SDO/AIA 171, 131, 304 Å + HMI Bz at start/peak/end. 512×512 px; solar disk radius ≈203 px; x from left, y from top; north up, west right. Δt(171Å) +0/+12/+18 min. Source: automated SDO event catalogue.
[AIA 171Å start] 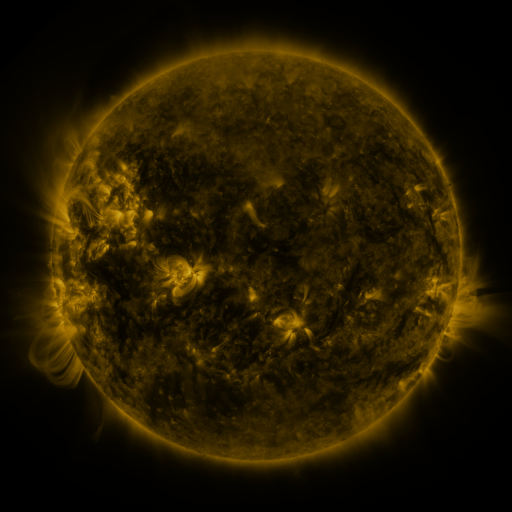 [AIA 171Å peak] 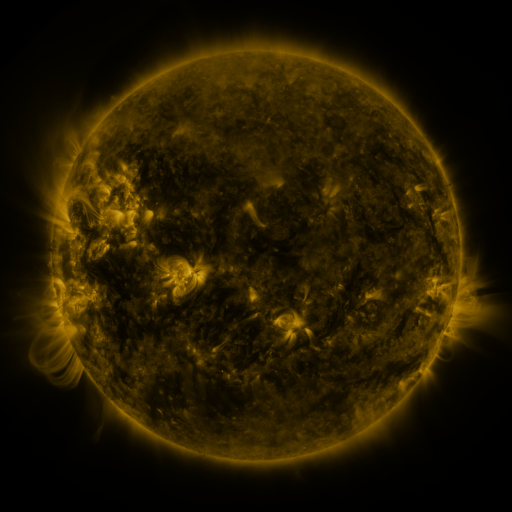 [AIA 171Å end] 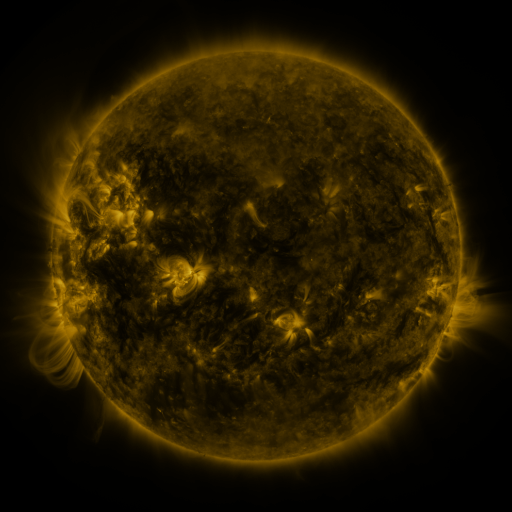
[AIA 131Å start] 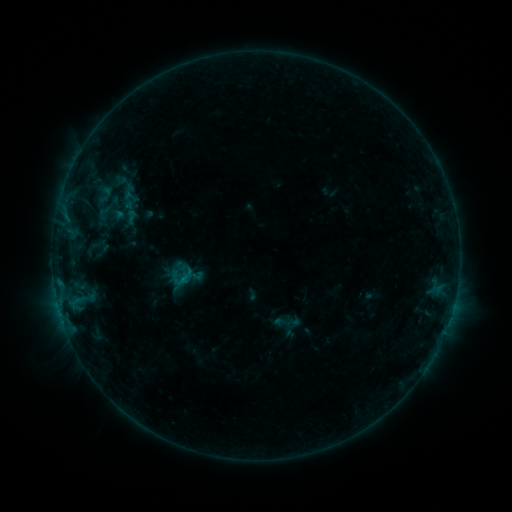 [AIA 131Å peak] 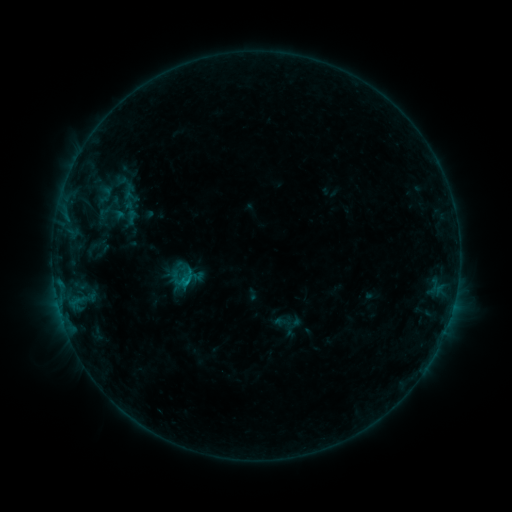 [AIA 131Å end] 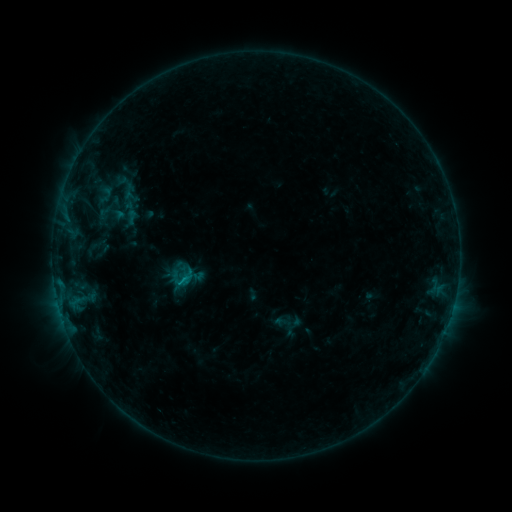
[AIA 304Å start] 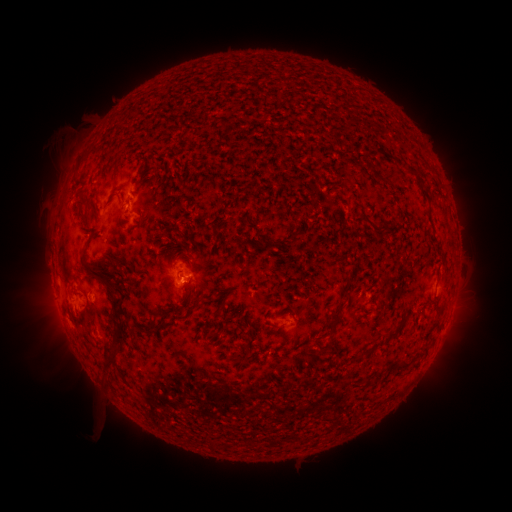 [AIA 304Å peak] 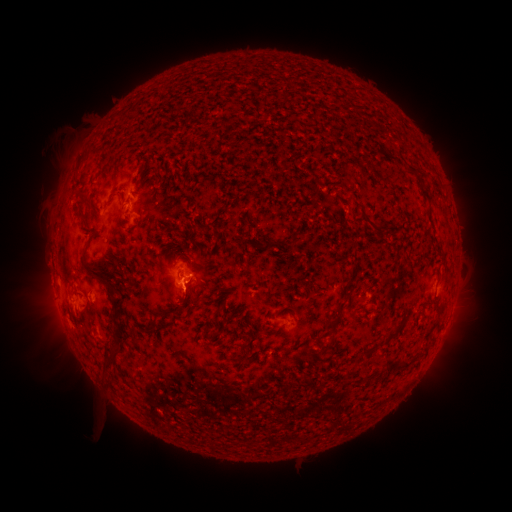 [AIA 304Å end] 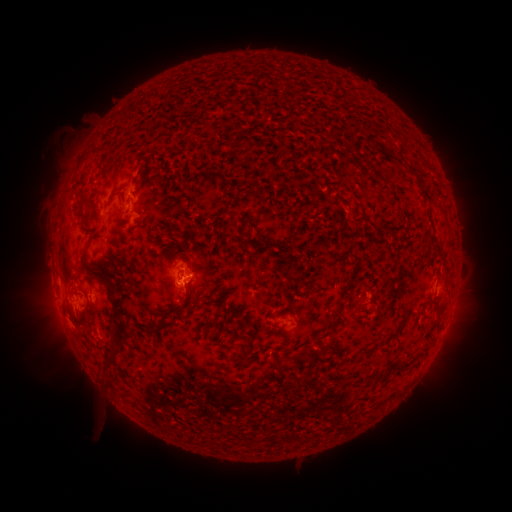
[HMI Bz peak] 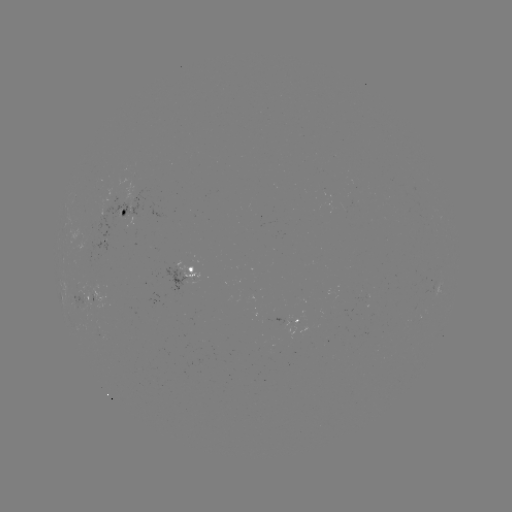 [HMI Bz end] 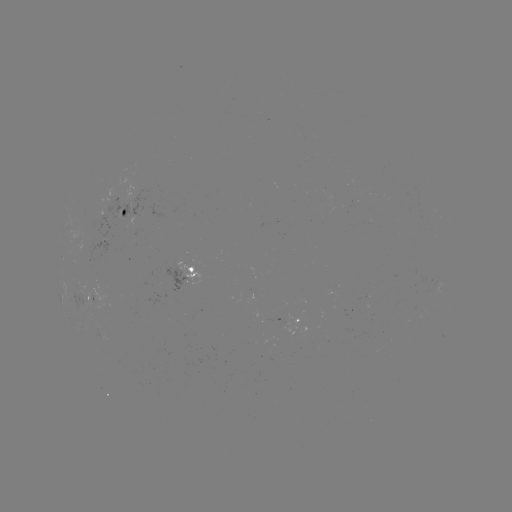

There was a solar flare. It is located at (186, 279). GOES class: B5.7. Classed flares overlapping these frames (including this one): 1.